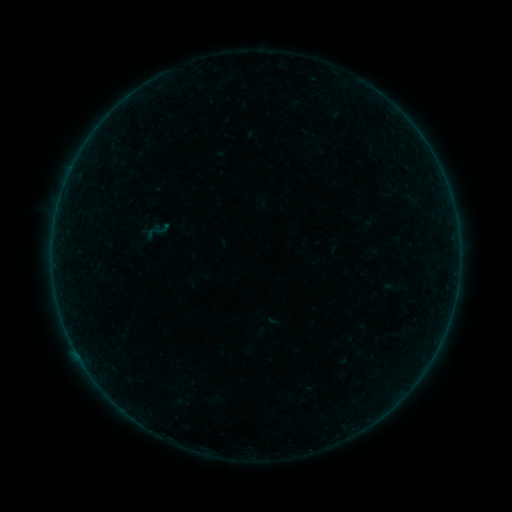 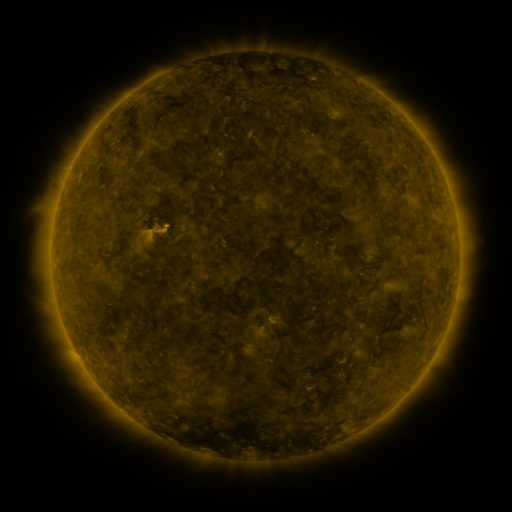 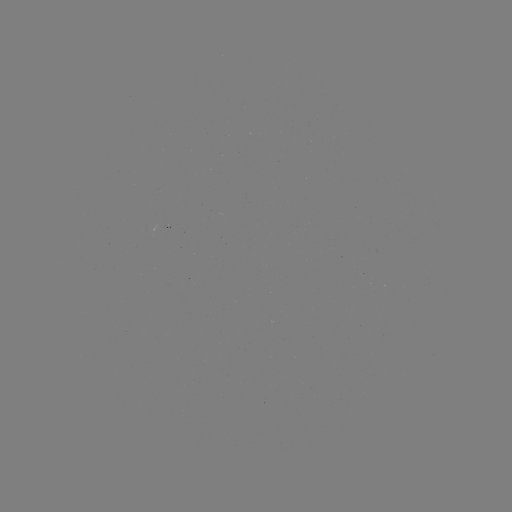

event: sigmoid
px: (158, 230)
